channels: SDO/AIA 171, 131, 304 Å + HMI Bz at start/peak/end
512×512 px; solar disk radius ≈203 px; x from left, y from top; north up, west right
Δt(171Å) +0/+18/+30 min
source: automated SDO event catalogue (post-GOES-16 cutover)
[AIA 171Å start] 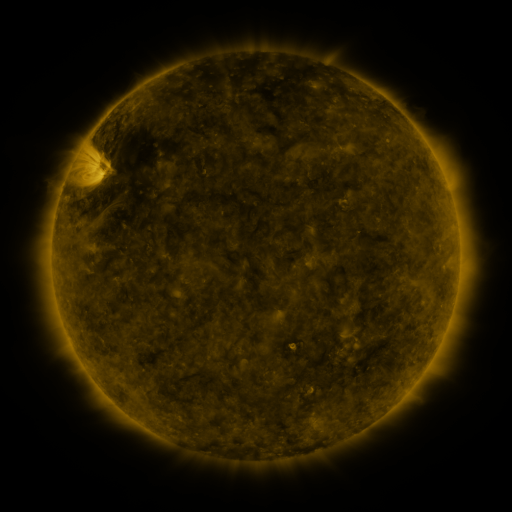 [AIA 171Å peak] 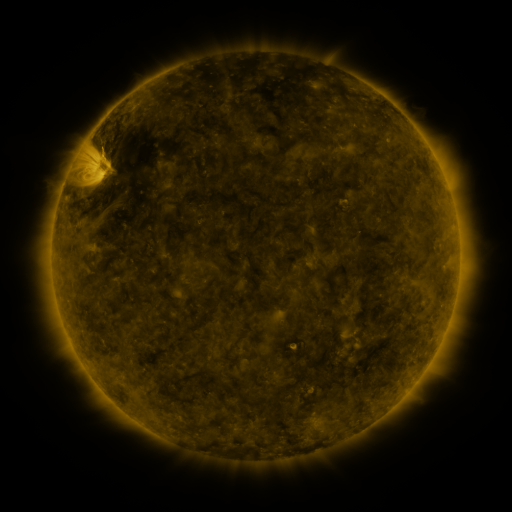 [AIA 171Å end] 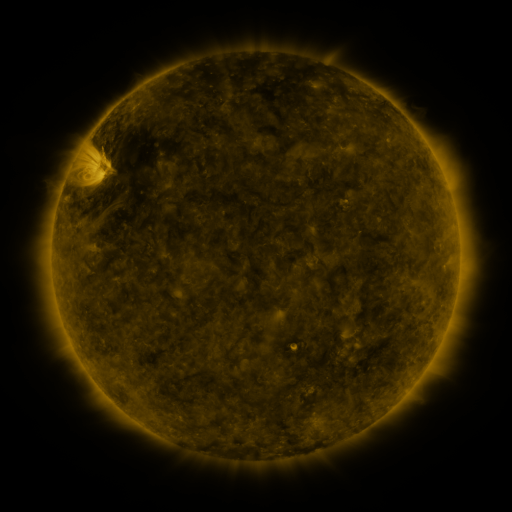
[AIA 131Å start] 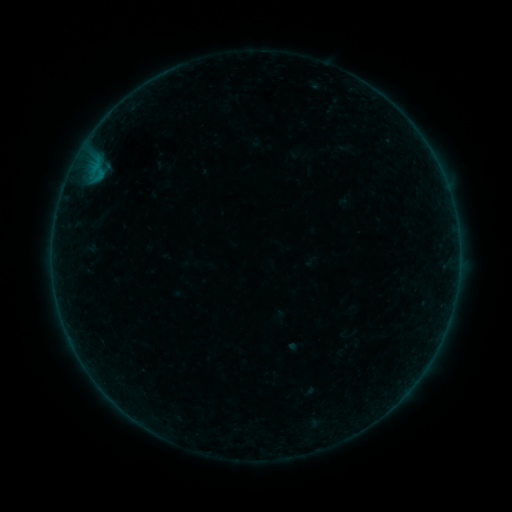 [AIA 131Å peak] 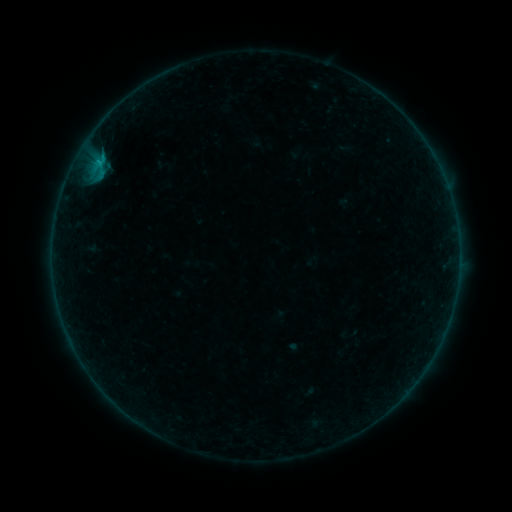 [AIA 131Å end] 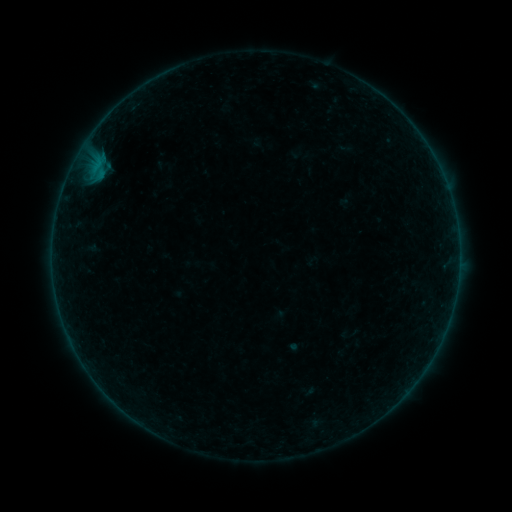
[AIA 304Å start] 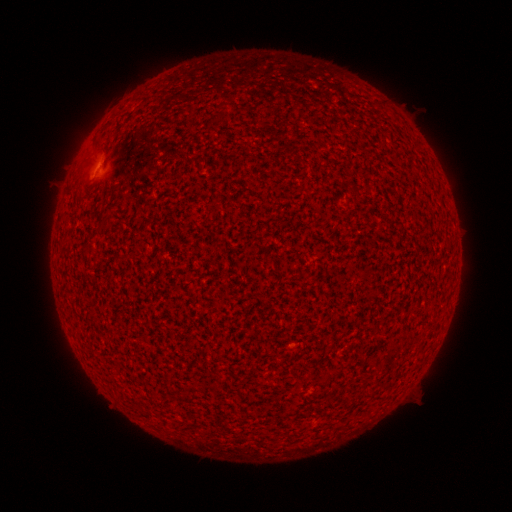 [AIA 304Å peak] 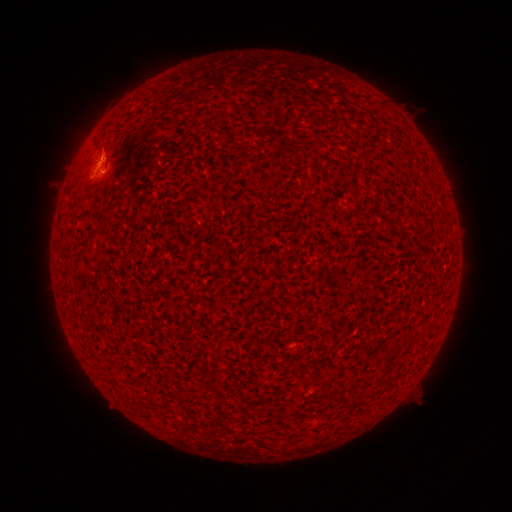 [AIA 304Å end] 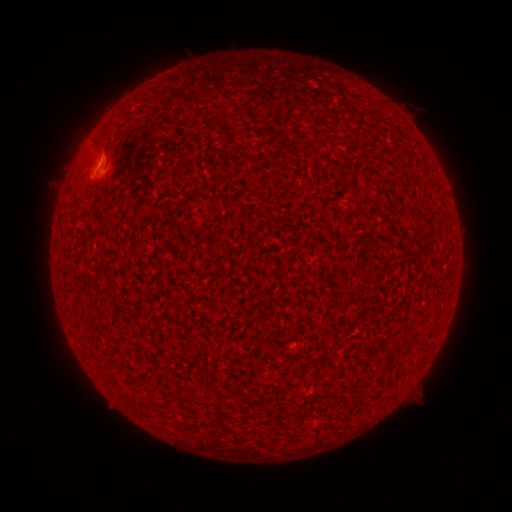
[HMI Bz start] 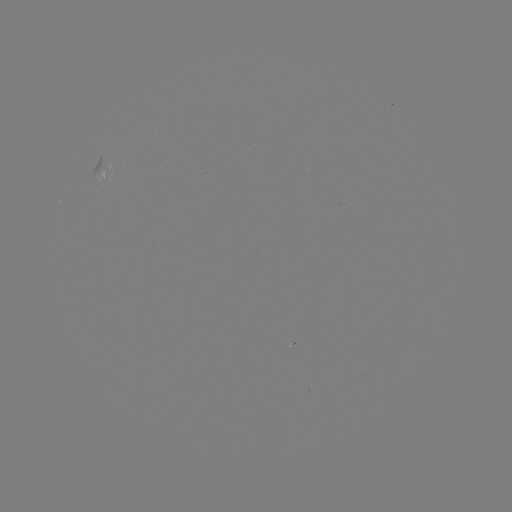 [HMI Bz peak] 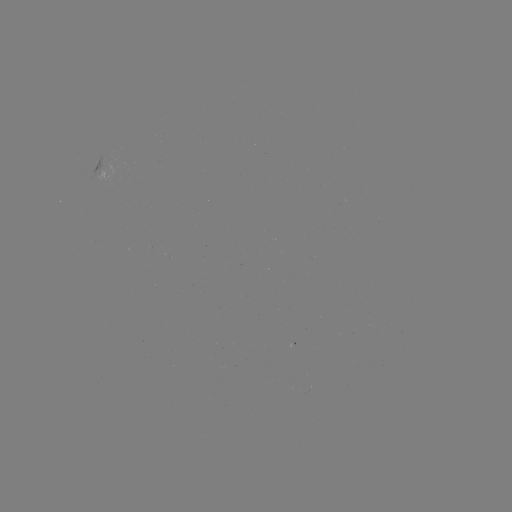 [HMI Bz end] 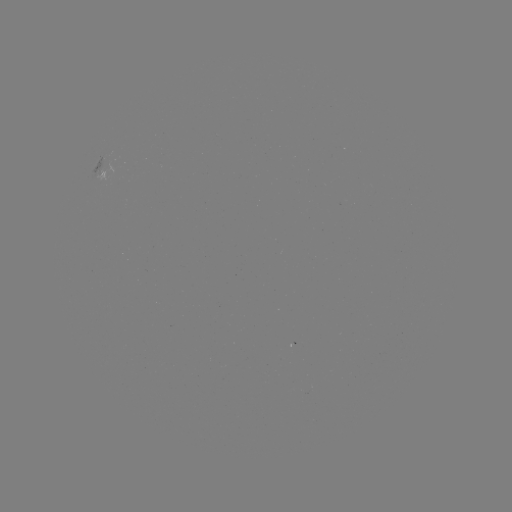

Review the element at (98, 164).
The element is B4.7 flare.